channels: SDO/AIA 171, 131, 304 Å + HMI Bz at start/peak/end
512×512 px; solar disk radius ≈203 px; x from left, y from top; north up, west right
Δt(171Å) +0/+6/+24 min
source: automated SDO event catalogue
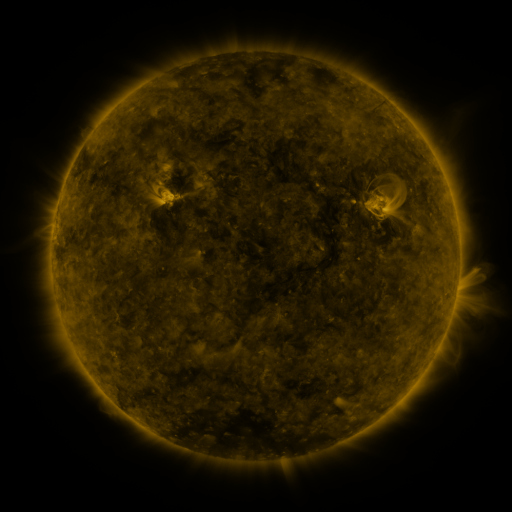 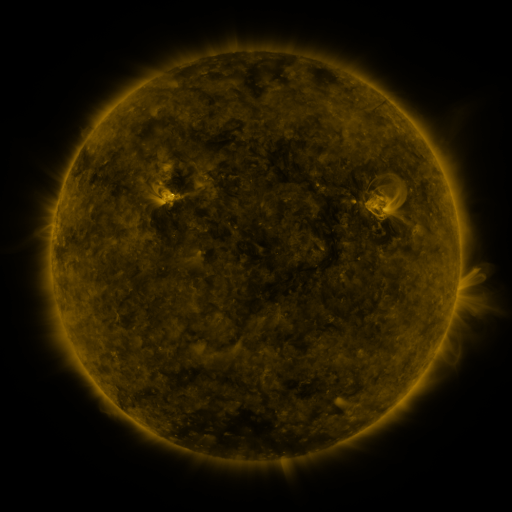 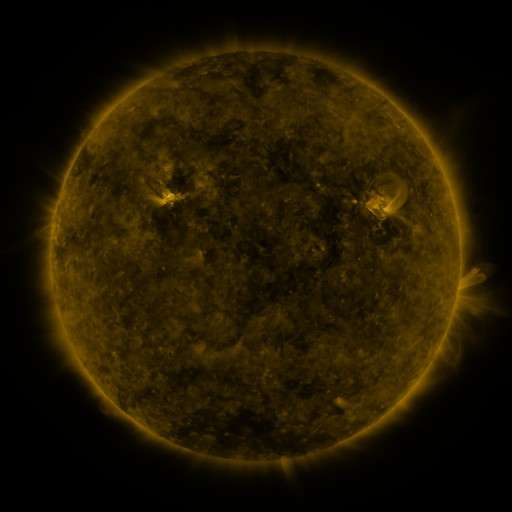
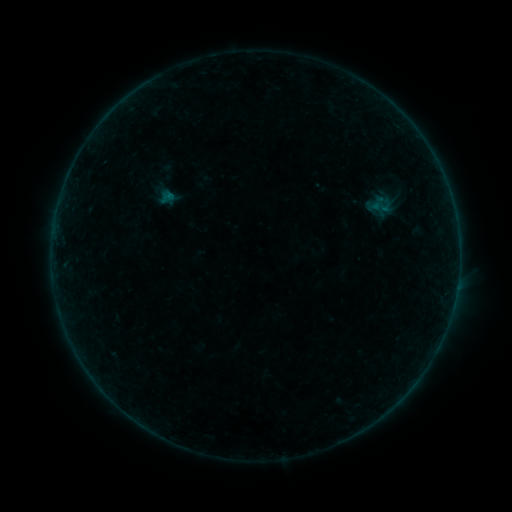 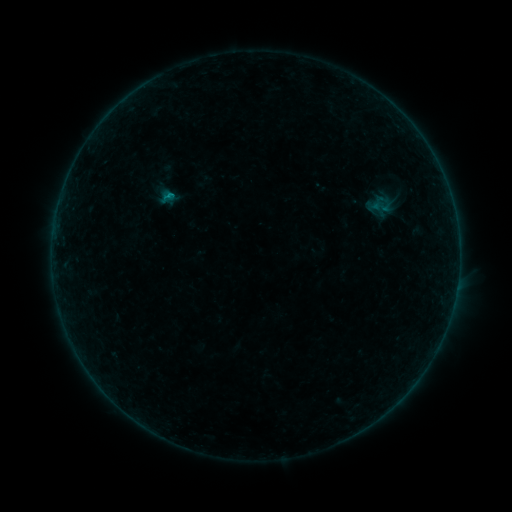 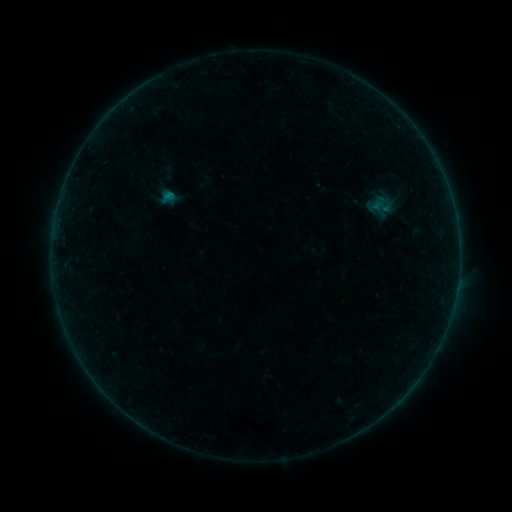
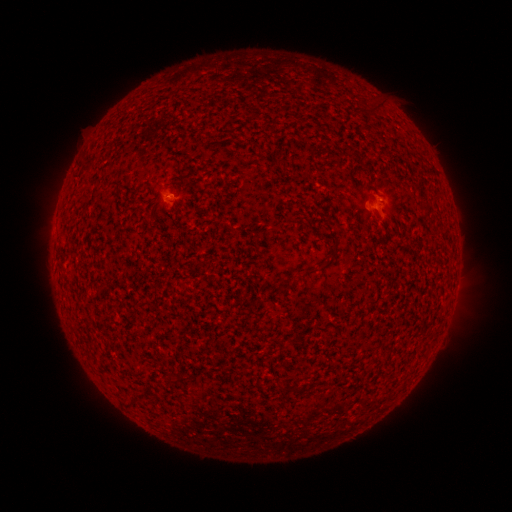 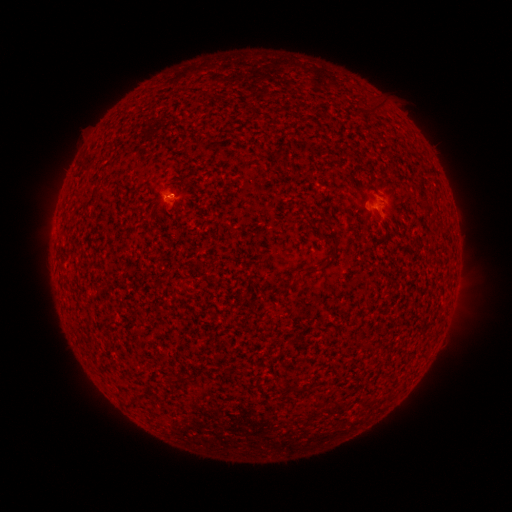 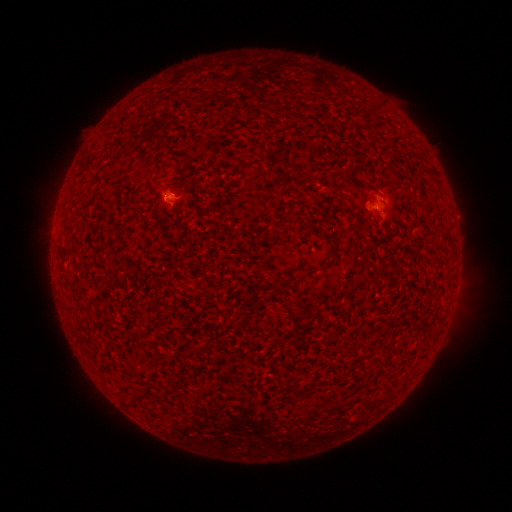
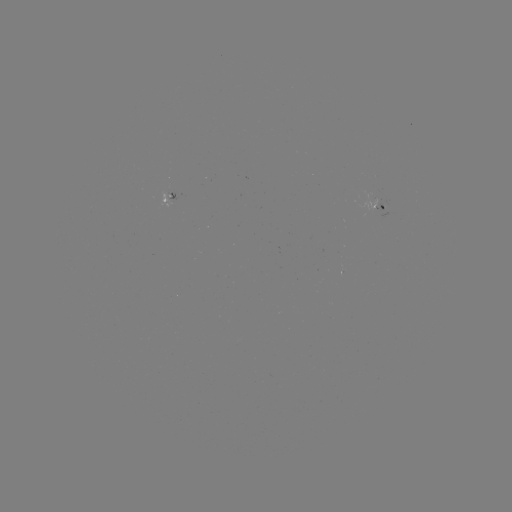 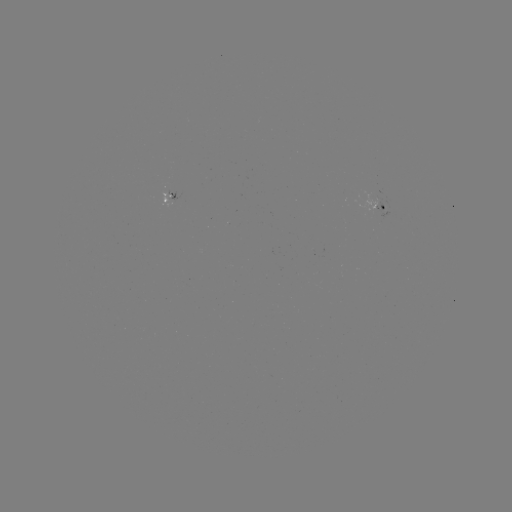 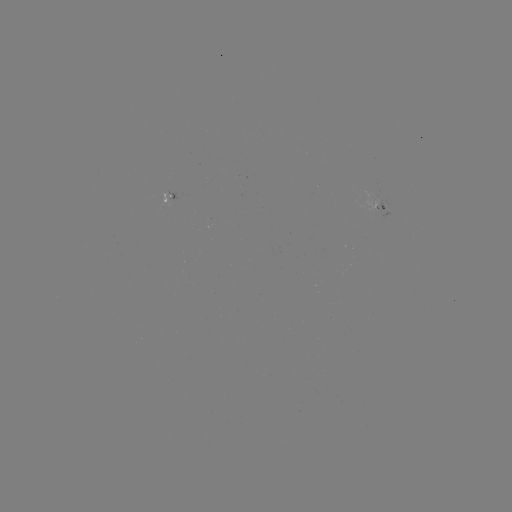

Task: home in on B3.3 flare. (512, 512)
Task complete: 168,198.